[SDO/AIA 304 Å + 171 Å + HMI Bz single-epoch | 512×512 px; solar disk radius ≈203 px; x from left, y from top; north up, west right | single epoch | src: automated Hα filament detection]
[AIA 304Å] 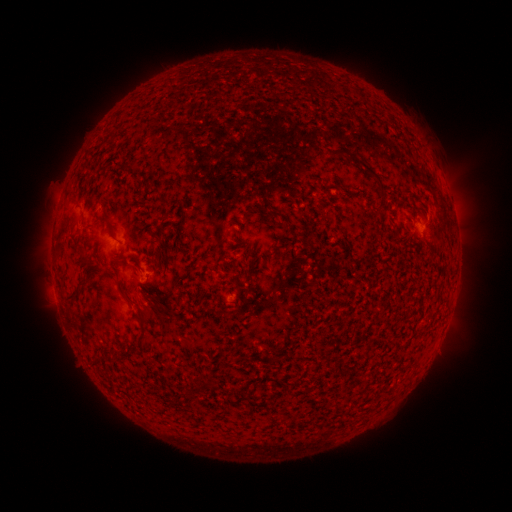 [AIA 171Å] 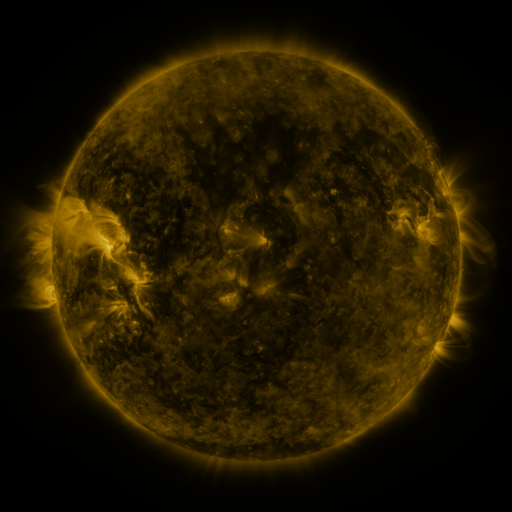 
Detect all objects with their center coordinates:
filament: (132, 167)
filament: (371, 172)
filament: (66, 208)
filament: (267, 209)
filament: (100, 221)
filament: (62, 230)
filament: (82, 284)
filament: (120, 285)
filament: (74, 295)
filament: (142, 312)
